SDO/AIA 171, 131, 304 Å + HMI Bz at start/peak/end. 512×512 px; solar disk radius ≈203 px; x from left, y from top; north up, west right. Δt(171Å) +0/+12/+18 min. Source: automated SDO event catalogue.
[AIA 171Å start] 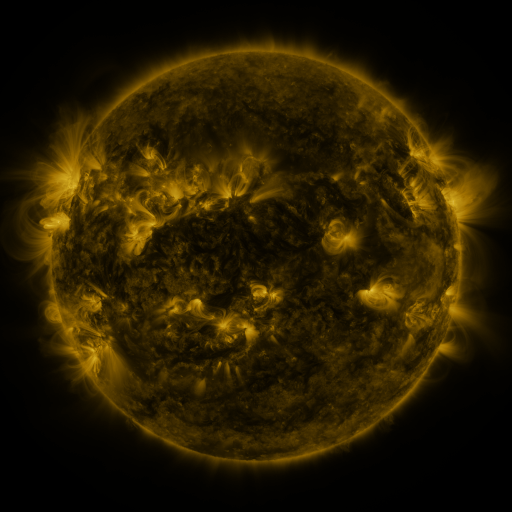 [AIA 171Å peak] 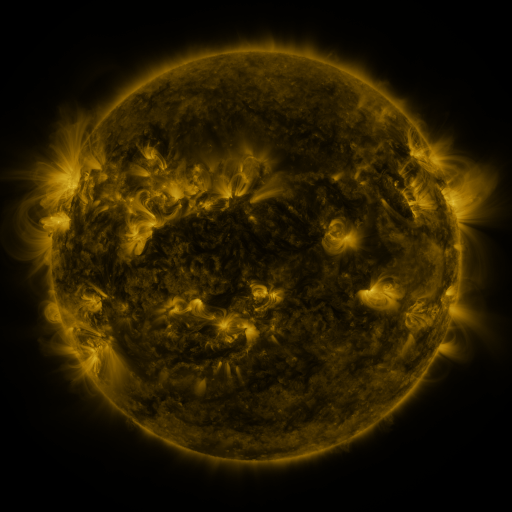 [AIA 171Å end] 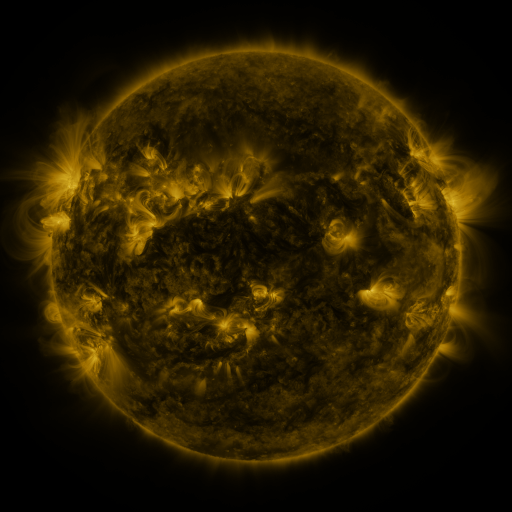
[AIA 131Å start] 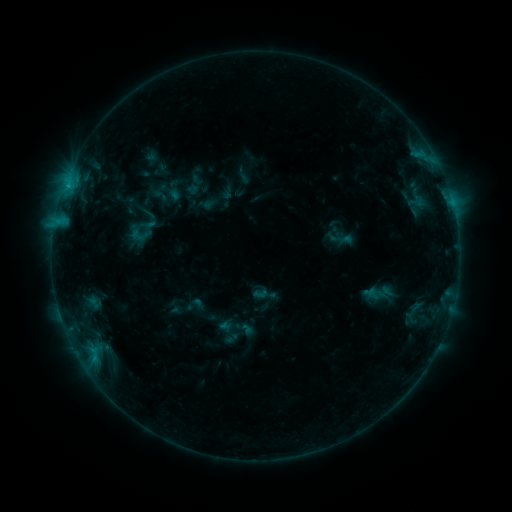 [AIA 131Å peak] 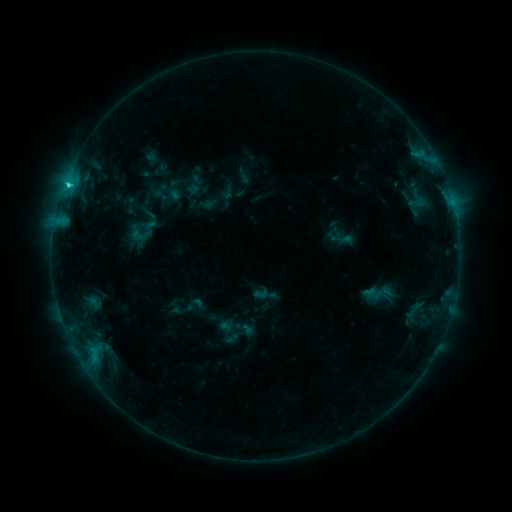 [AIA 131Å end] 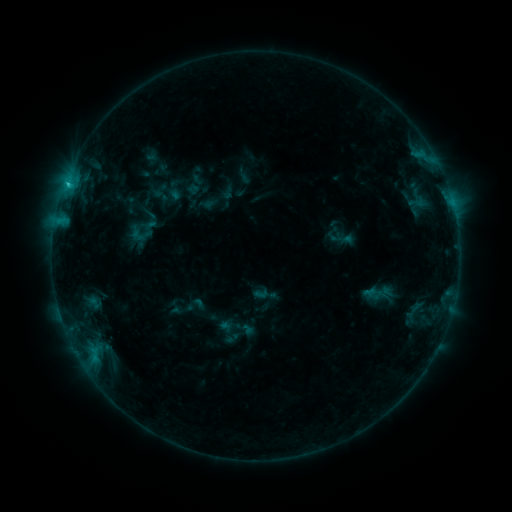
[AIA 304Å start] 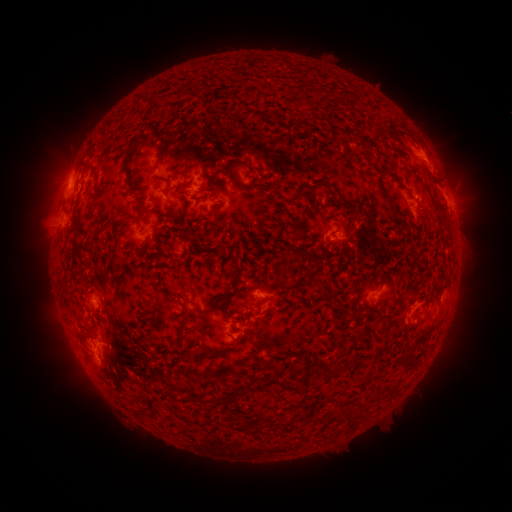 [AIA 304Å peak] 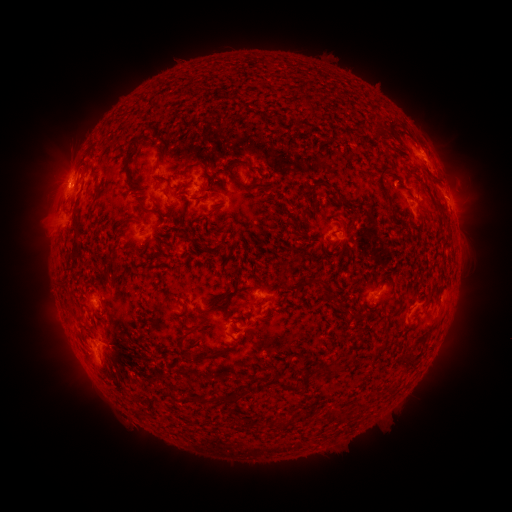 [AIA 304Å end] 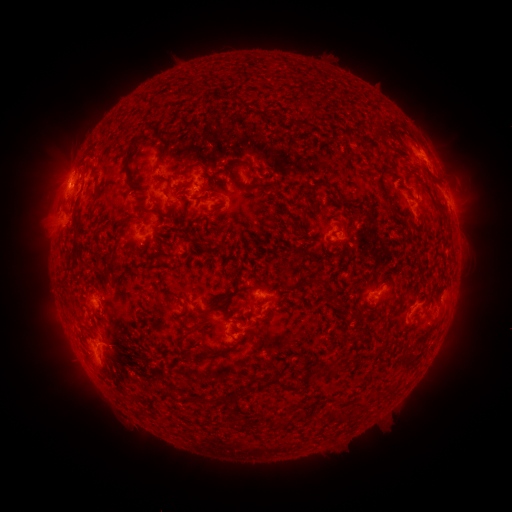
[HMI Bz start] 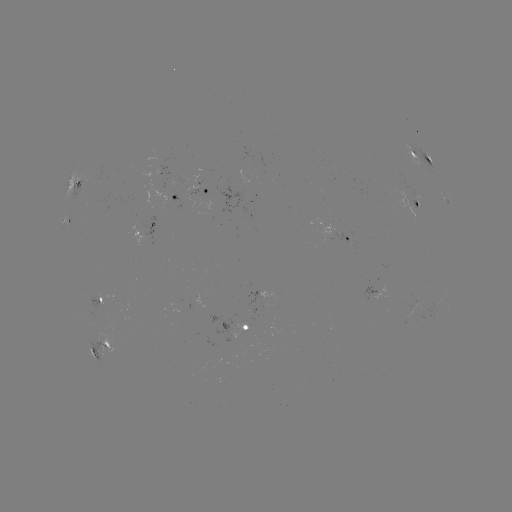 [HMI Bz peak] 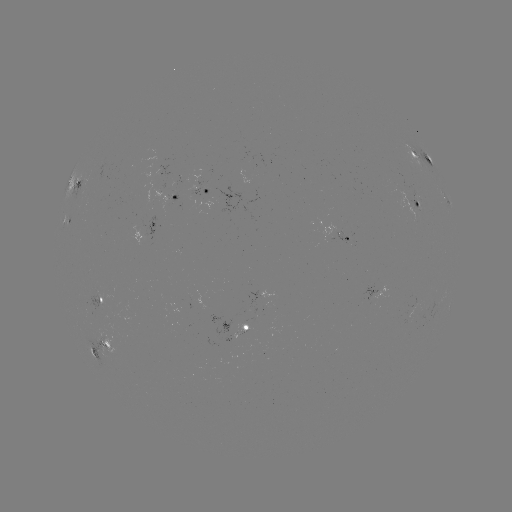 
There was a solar flare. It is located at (68, 187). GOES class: C1.7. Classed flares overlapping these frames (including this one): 1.